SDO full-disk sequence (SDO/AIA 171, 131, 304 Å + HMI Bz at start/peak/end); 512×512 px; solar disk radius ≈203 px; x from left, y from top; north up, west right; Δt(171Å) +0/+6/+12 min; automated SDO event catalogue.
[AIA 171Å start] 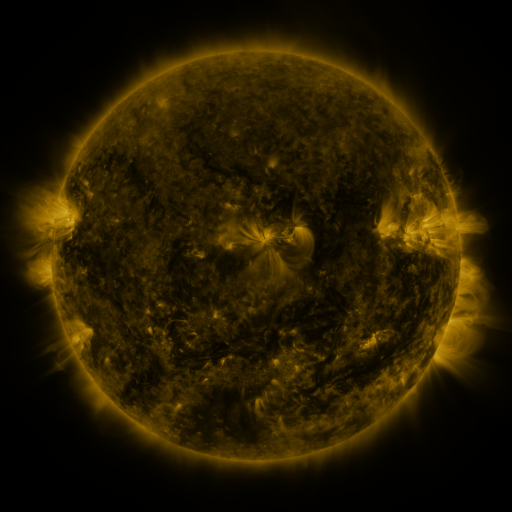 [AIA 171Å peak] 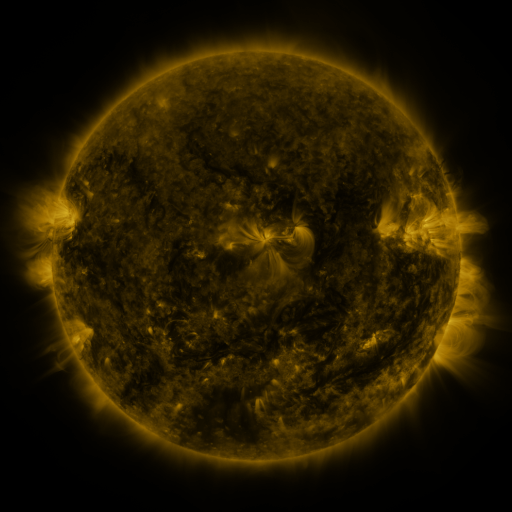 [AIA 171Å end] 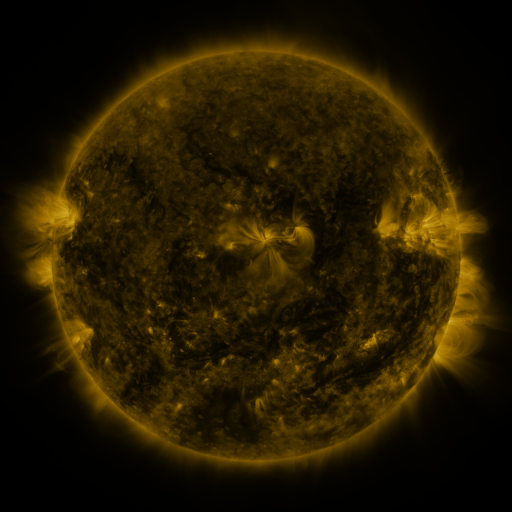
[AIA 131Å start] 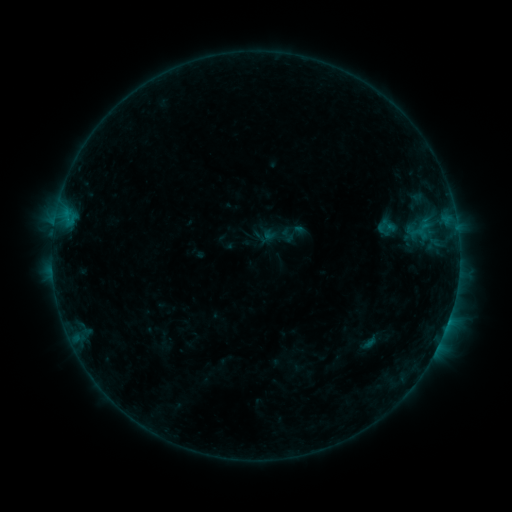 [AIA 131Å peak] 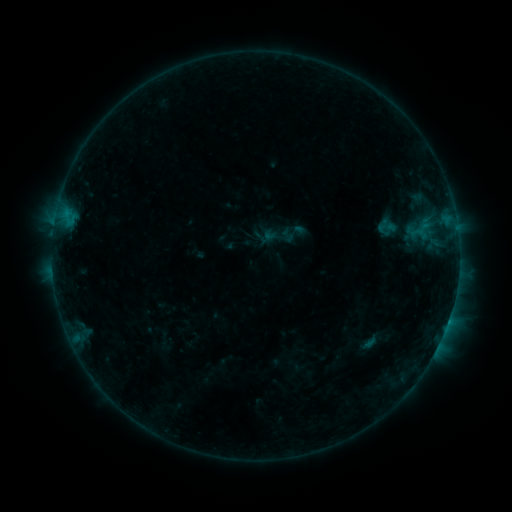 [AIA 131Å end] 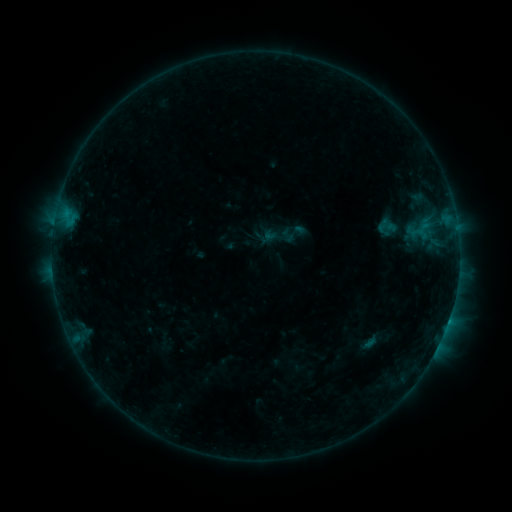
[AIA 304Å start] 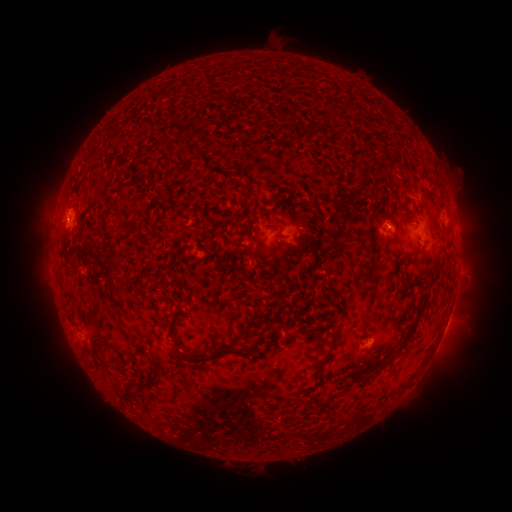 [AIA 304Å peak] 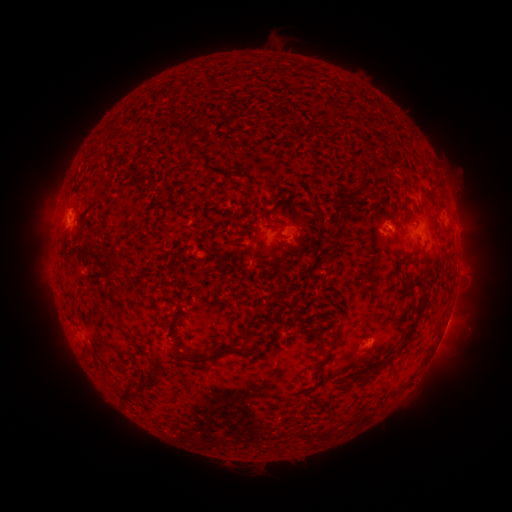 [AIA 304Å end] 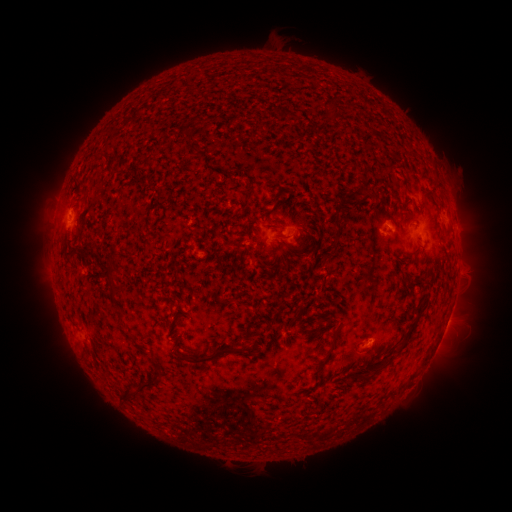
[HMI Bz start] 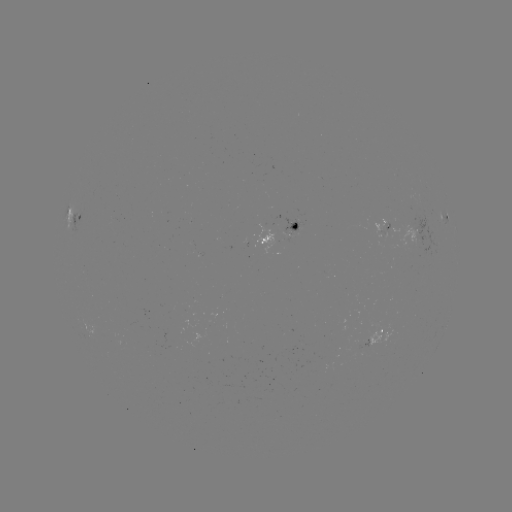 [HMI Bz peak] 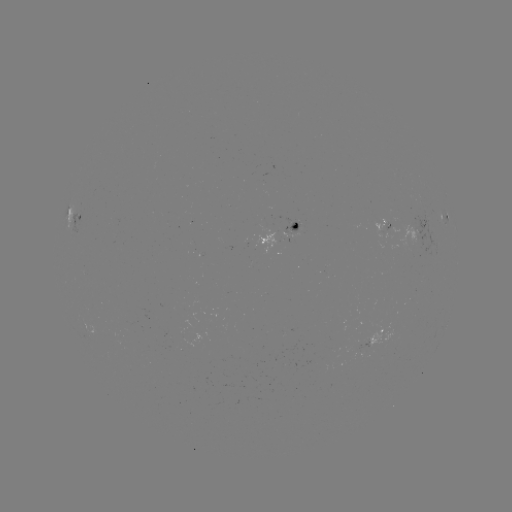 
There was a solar flare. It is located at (448, 319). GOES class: B4.7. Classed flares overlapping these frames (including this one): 1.